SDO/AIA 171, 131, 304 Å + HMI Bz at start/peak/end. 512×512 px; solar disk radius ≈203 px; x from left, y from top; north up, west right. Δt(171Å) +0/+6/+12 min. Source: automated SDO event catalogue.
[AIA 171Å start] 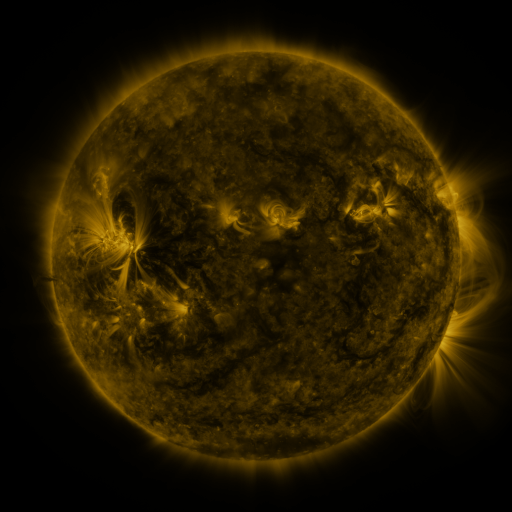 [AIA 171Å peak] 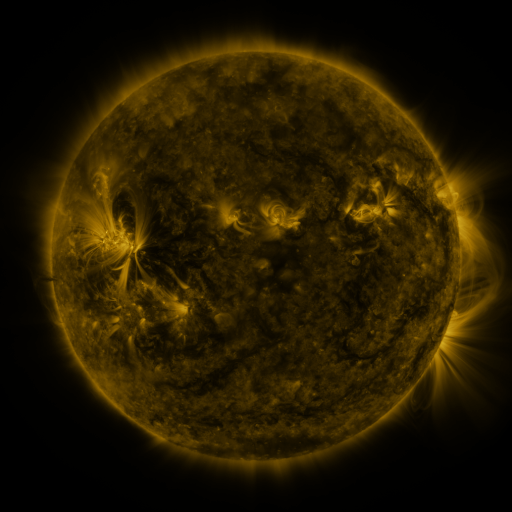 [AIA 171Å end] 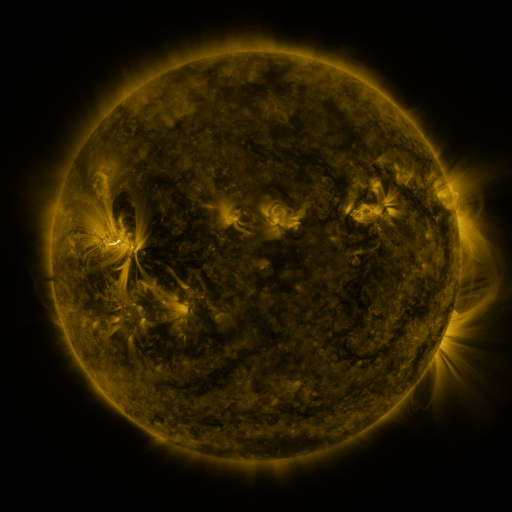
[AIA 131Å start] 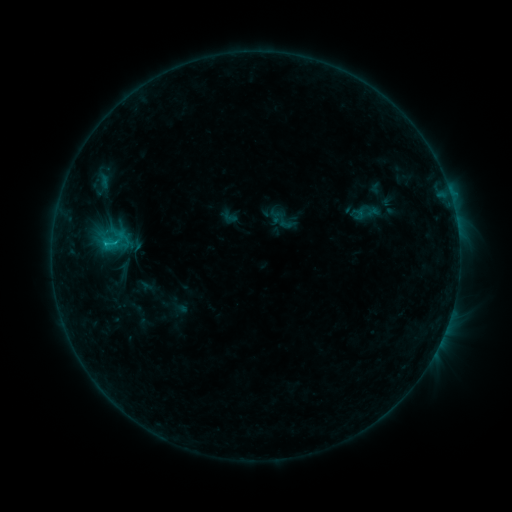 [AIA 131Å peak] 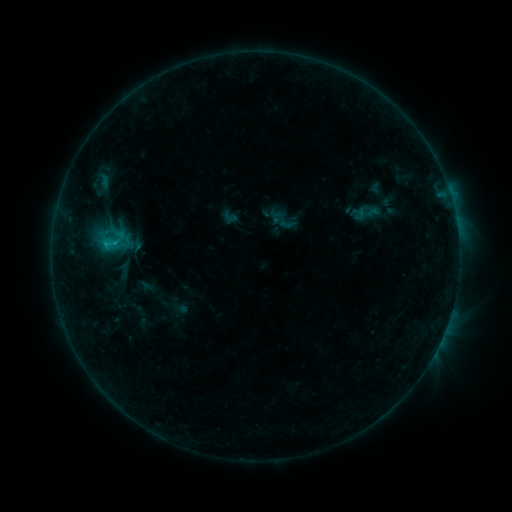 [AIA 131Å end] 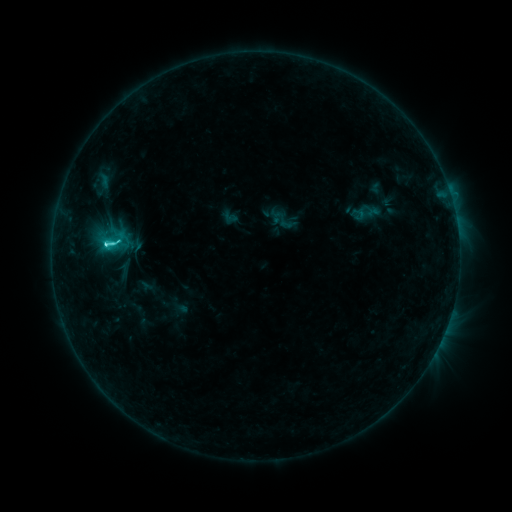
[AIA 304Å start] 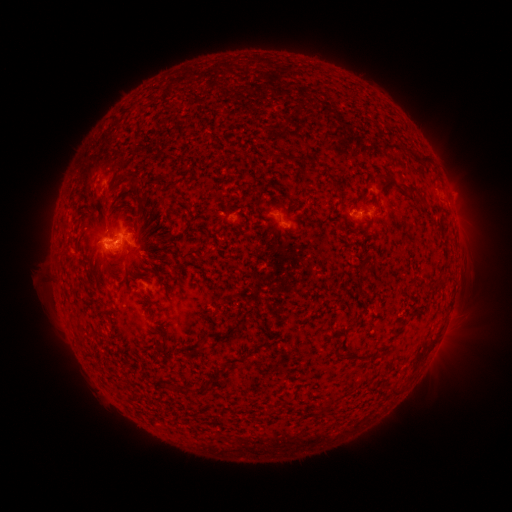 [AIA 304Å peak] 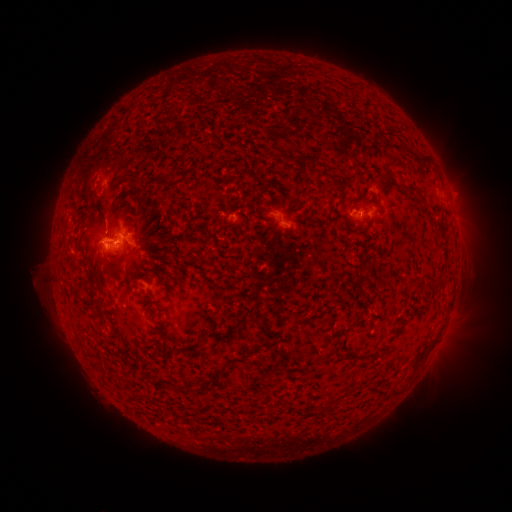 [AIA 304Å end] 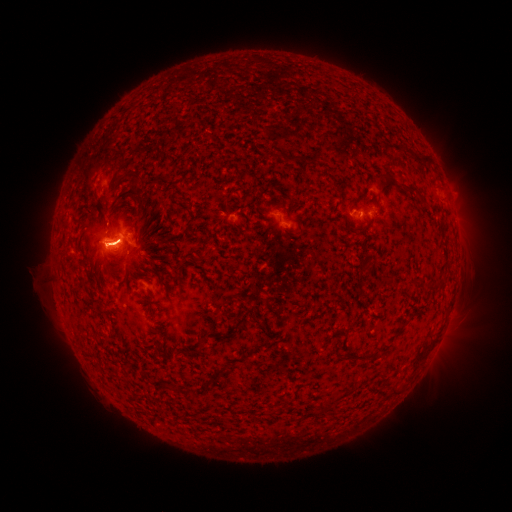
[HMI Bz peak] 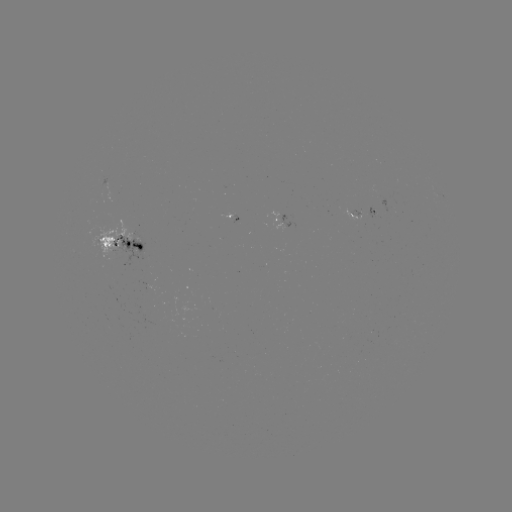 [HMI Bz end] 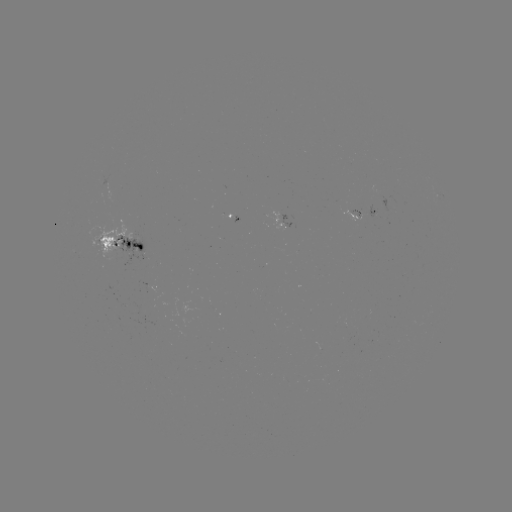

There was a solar flare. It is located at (107, 245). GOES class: C5.6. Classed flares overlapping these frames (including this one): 1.